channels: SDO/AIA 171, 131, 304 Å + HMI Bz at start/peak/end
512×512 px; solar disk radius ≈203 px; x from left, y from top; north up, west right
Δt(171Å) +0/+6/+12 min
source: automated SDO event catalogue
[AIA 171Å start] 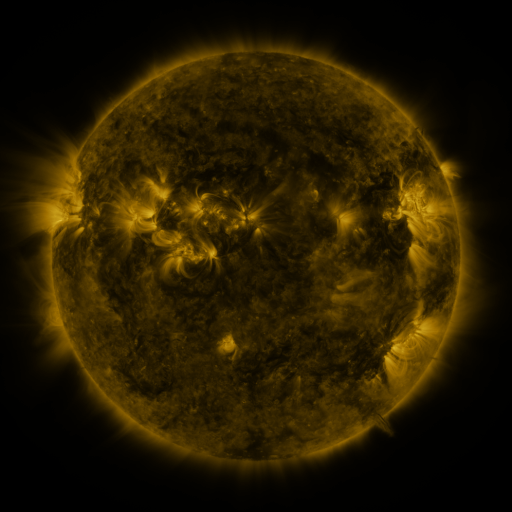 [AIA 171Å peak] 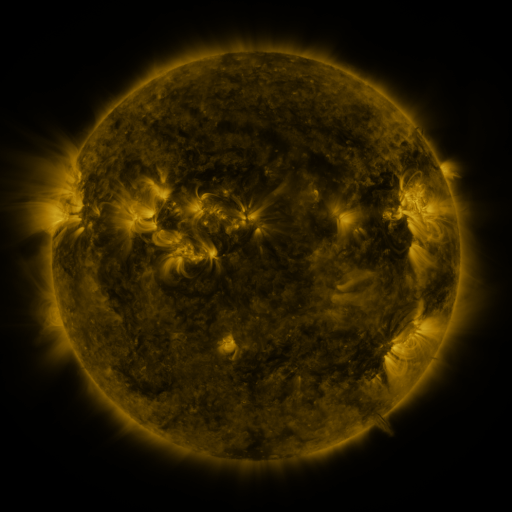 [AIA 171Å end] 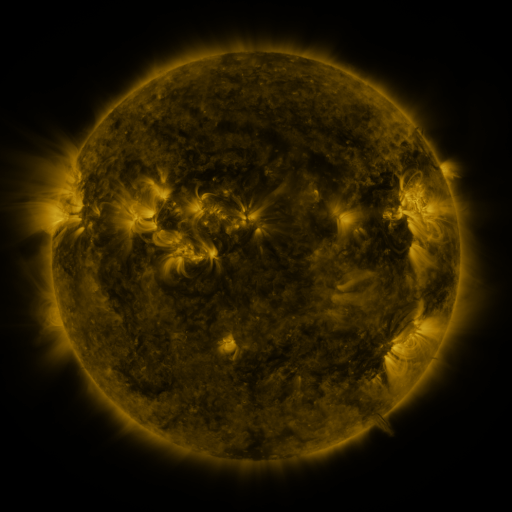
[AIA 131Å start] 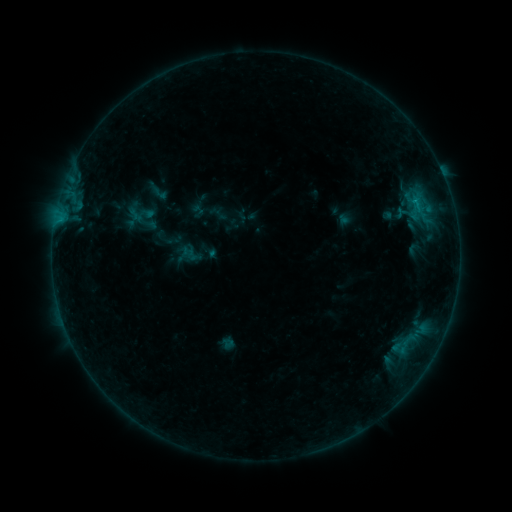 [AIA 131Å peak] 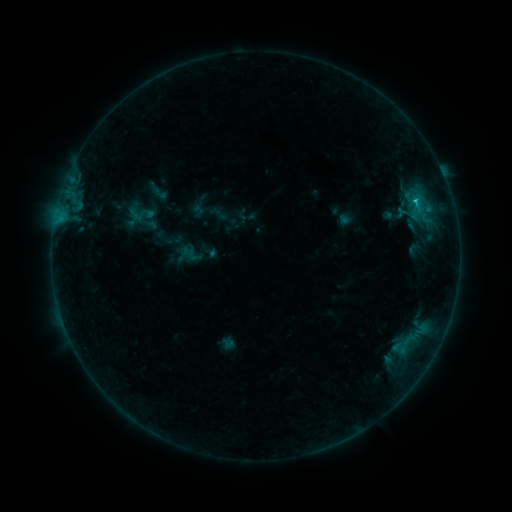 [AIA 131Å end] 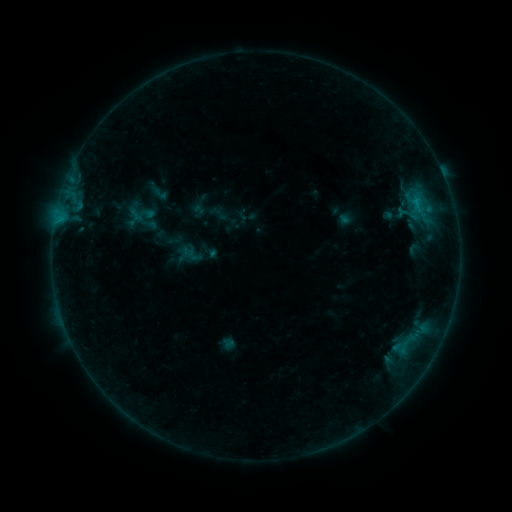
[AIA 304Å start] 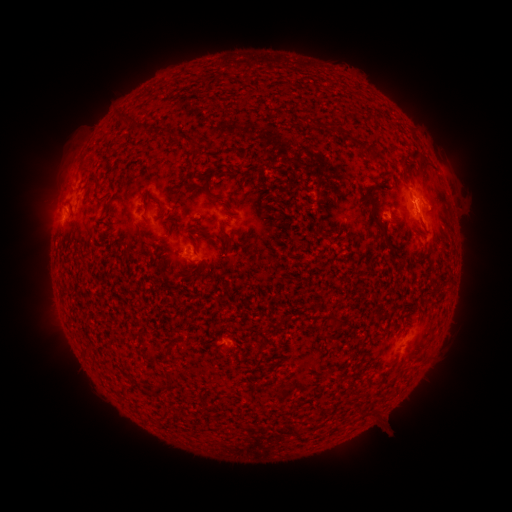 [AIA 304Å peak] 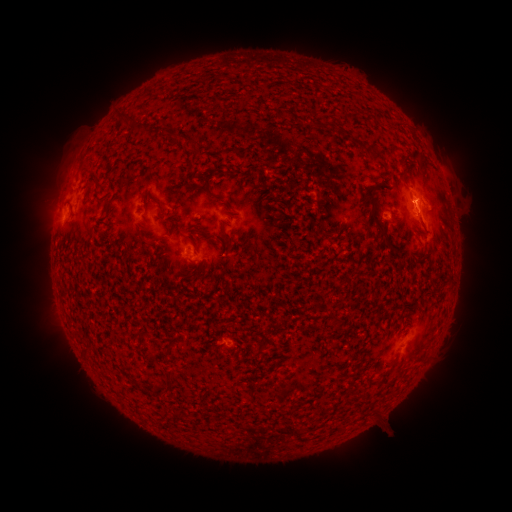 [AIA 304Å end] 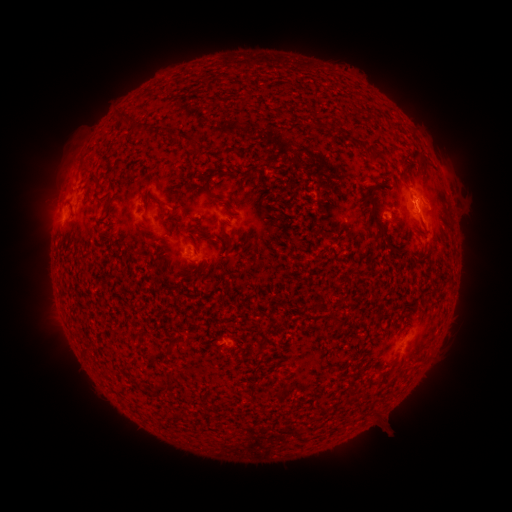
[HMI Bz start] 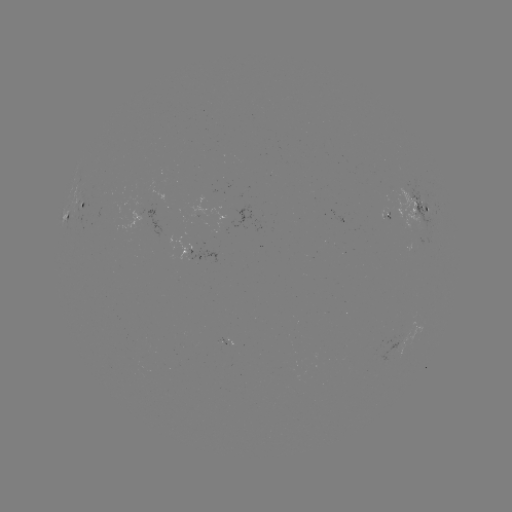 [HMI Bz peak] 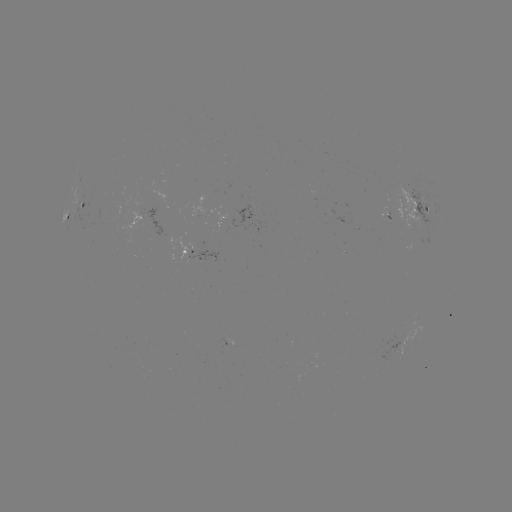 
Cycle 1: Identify C1.0 flare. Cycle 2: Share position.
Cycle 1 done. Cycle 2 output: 413,203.